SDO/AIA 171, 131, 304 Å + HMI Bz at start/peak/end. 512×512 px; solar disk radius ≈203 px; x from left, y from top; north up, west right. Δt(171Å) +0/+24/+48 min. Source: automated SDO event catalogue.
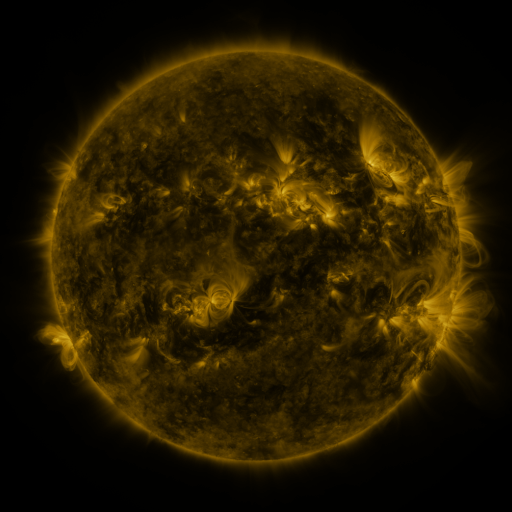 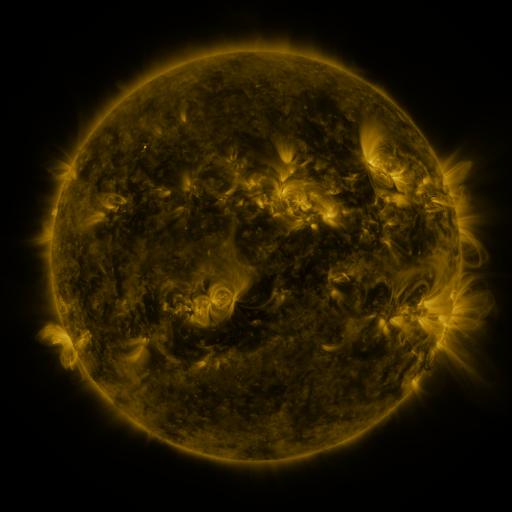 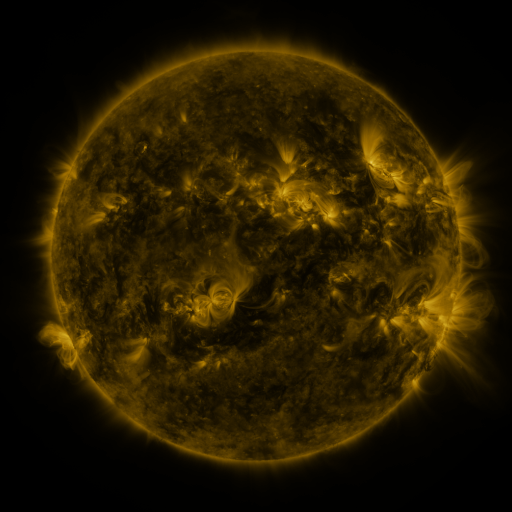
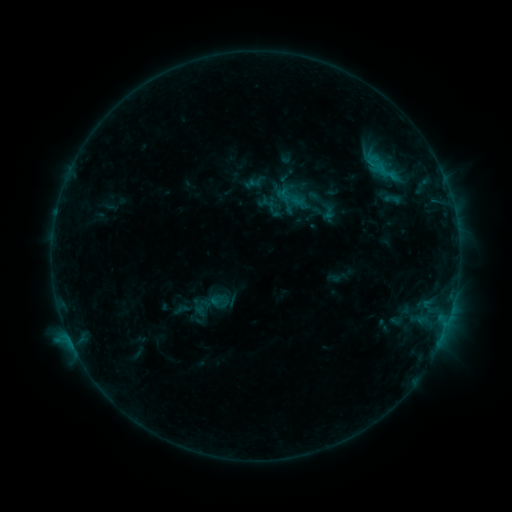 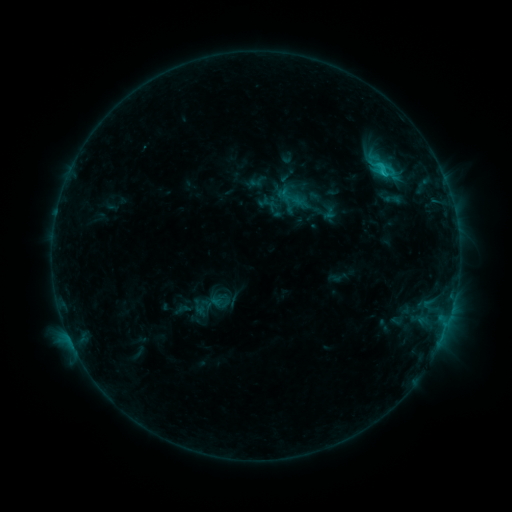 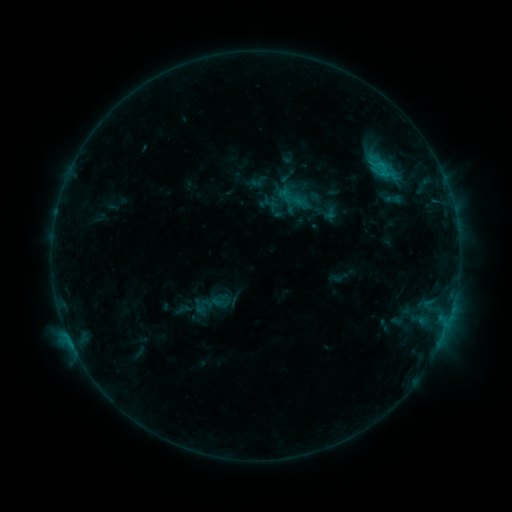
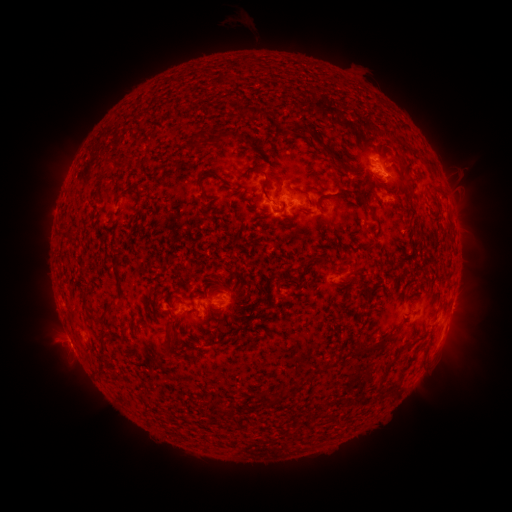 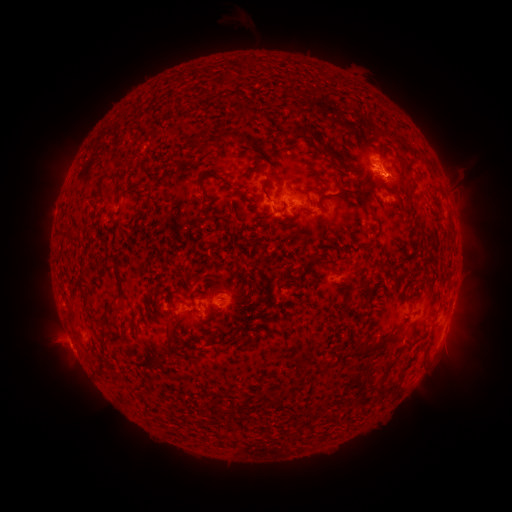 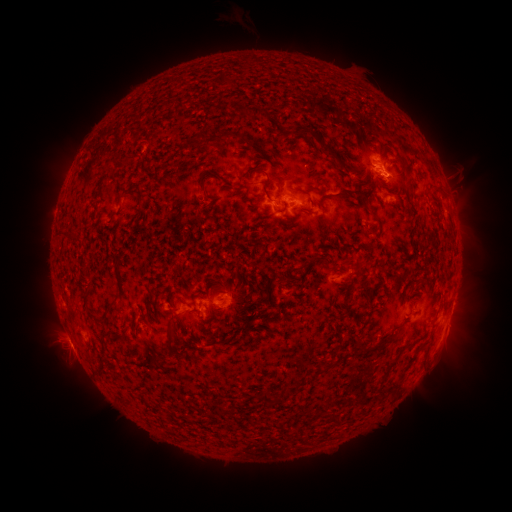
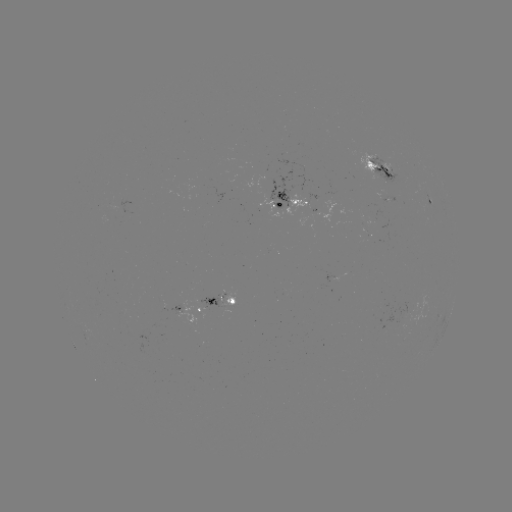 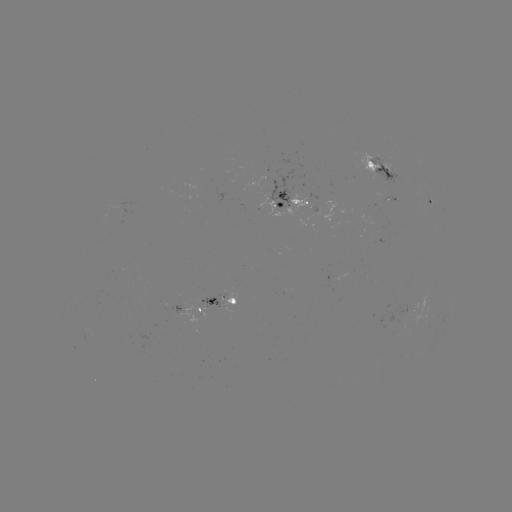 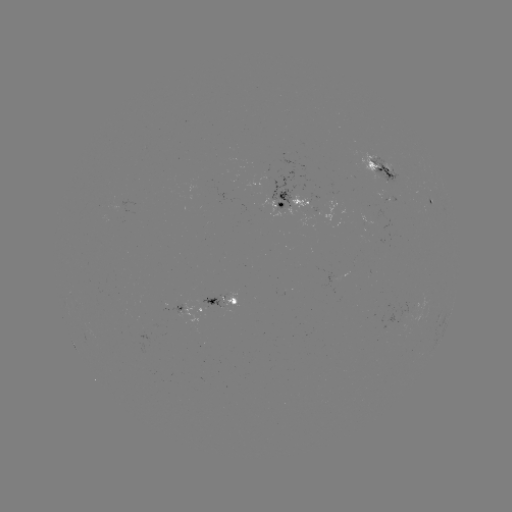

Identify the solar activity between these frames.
C1.4 flare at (382, 175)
